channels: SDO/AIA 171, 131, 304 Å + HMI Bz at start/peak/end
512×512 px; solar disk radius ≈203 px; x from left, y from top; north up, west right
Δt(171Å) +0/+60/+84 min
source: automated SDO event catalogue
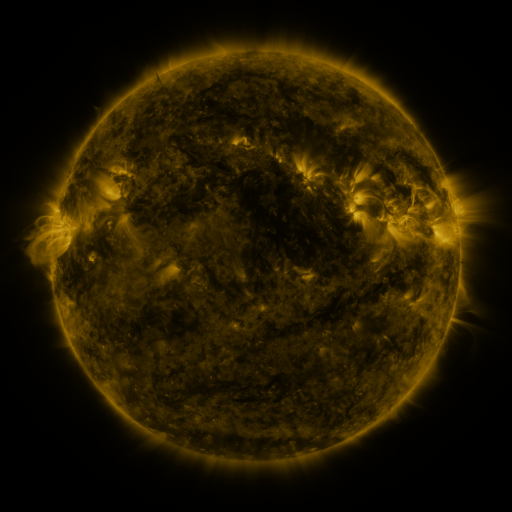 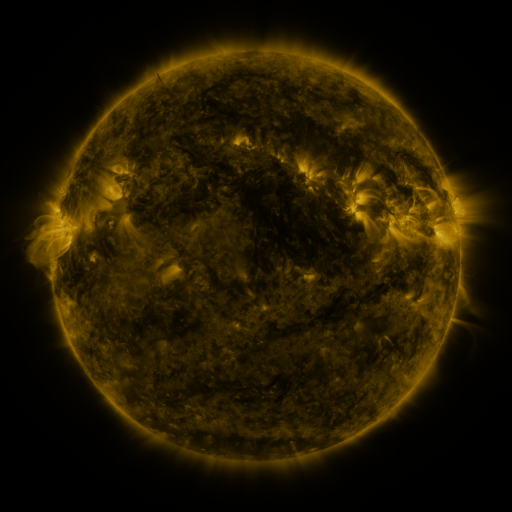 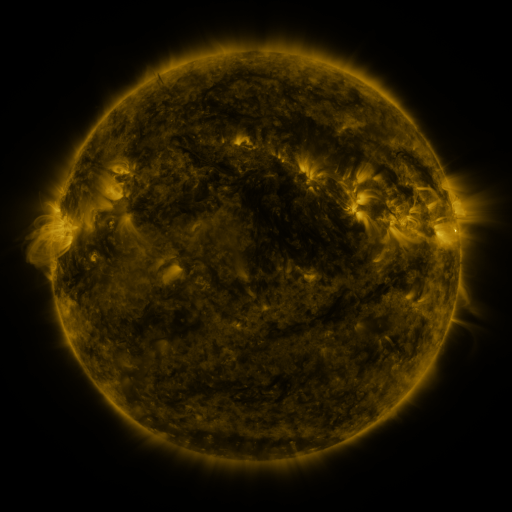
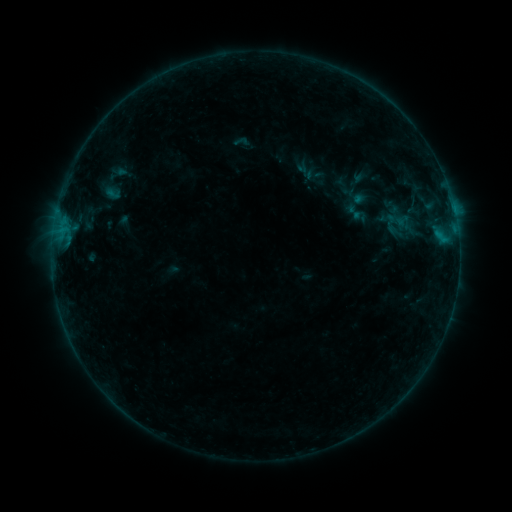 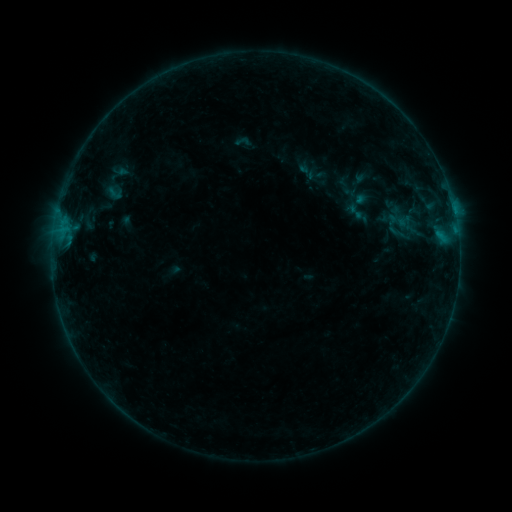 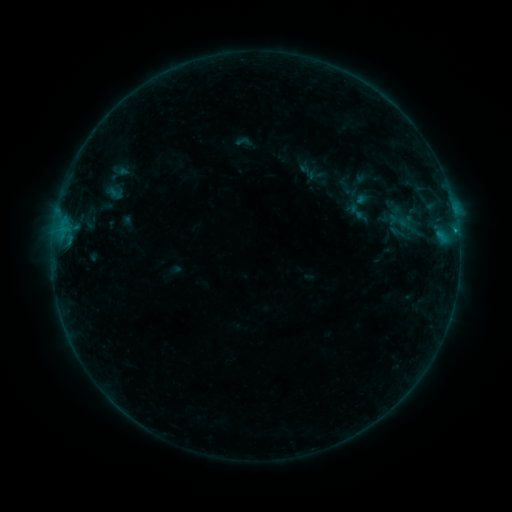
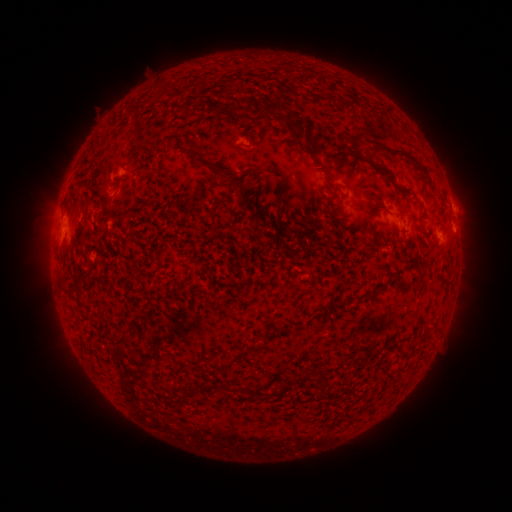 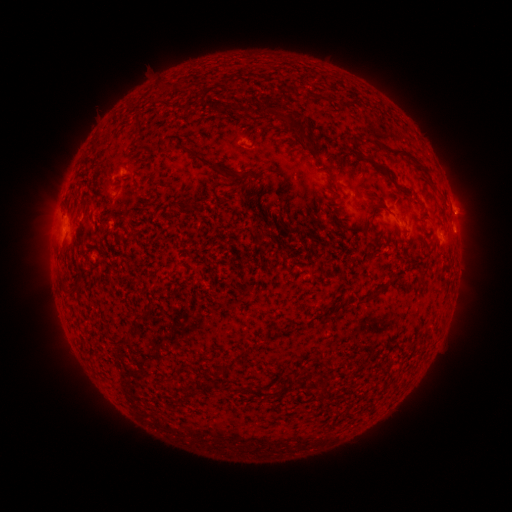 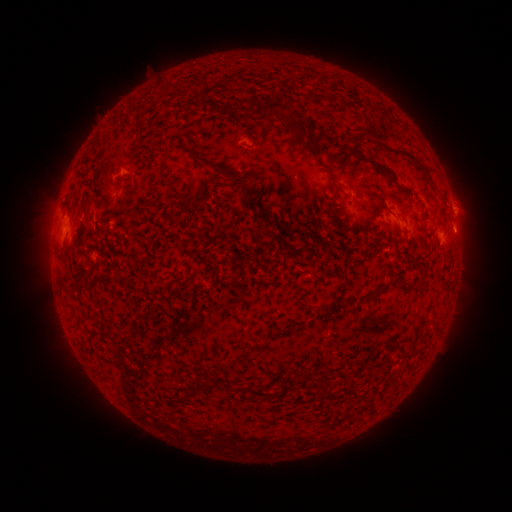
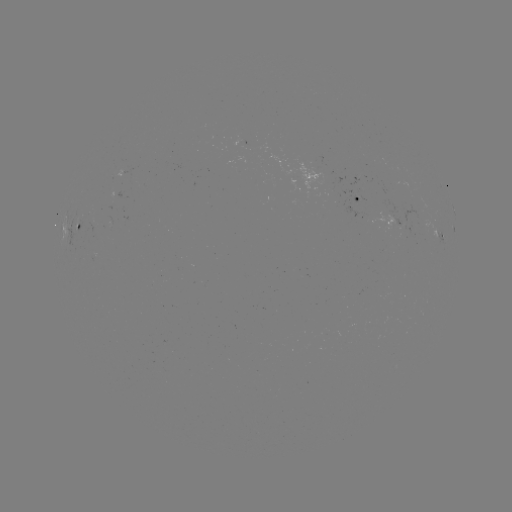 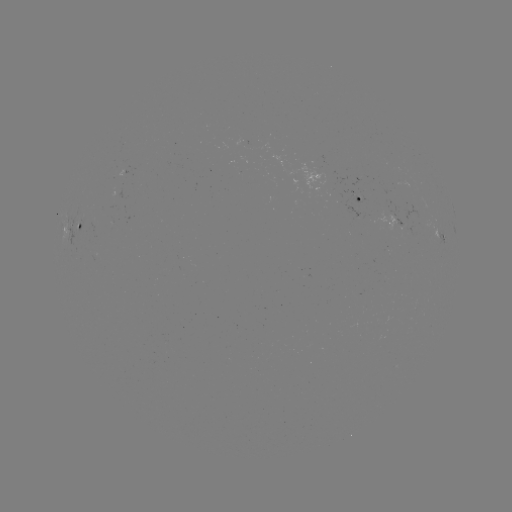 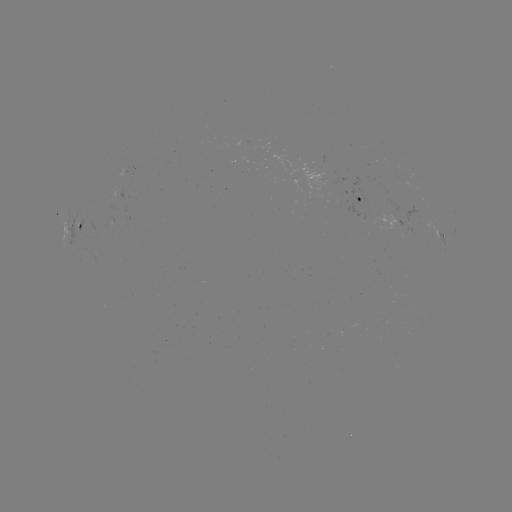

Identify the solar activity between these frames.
emerging-flux region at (241, 140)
